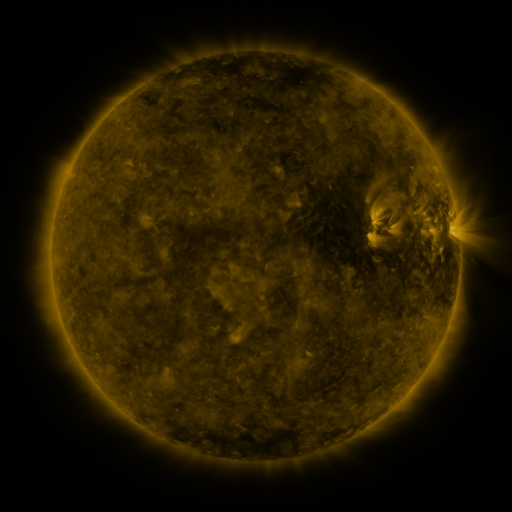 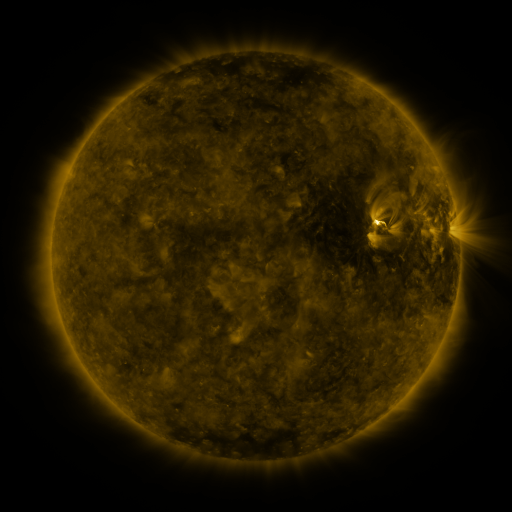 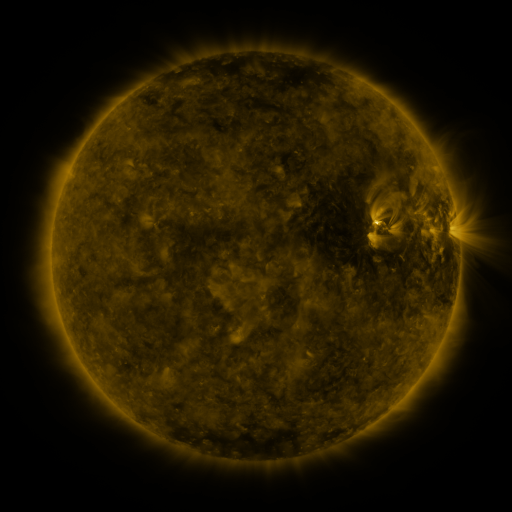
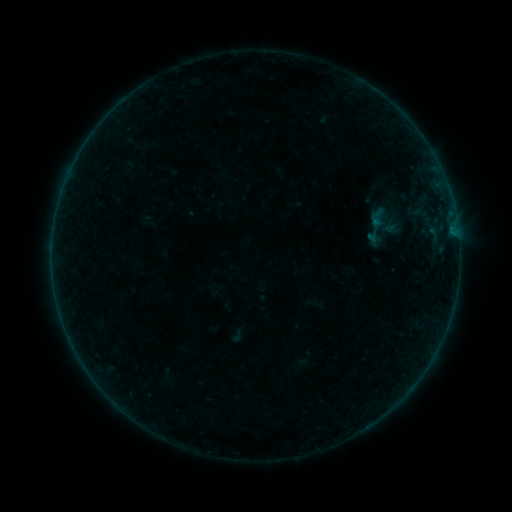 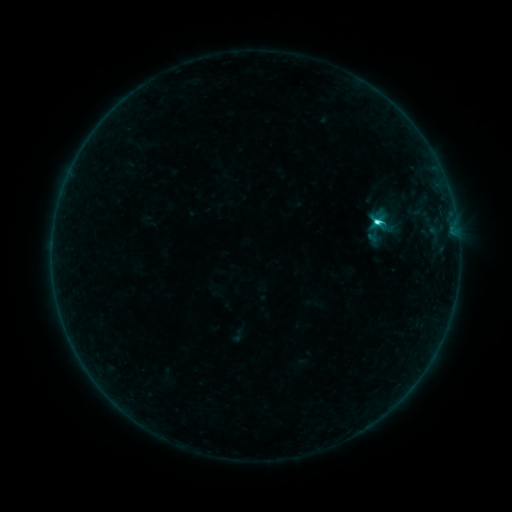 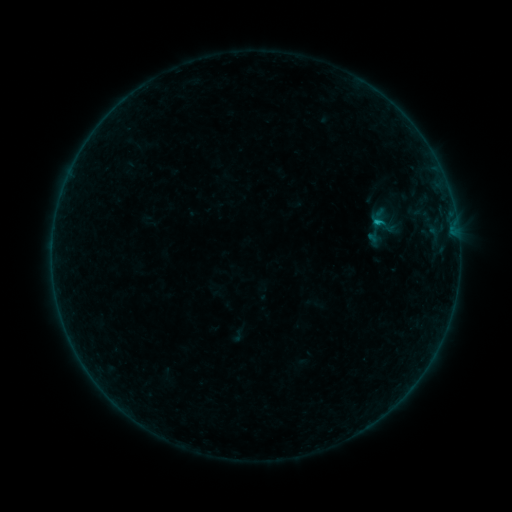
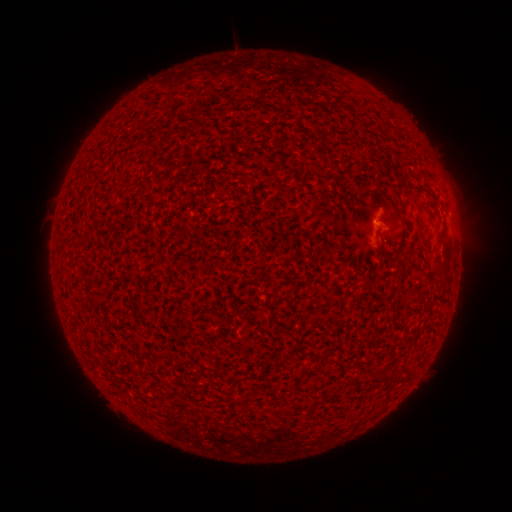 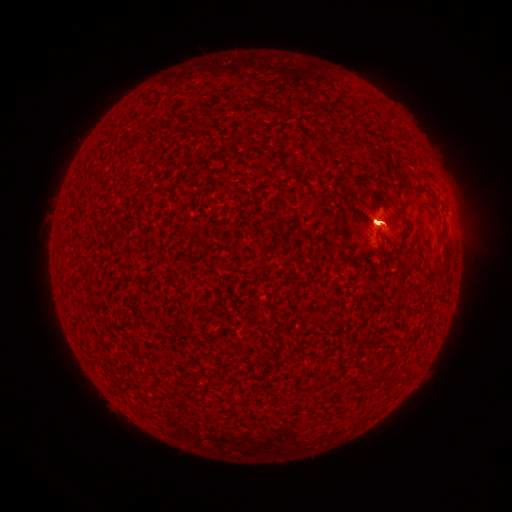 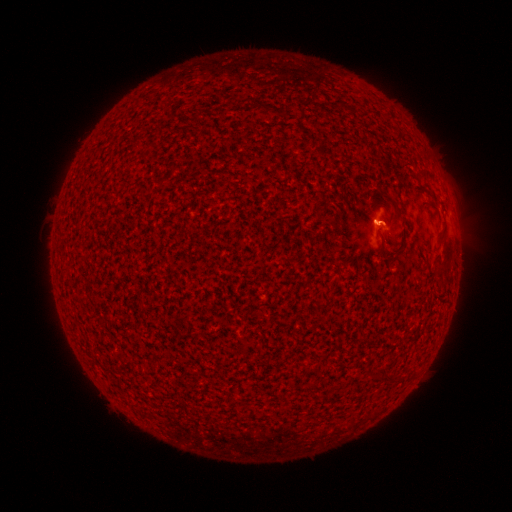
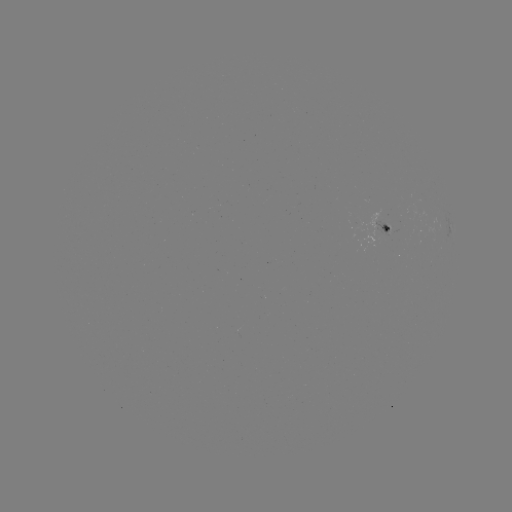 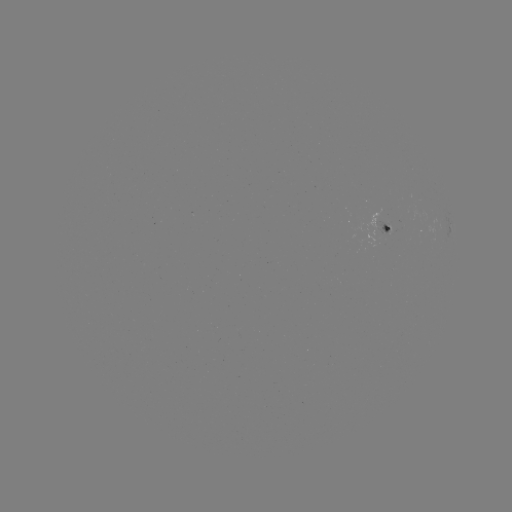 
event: flare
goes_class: C2.0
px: (374, 223)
